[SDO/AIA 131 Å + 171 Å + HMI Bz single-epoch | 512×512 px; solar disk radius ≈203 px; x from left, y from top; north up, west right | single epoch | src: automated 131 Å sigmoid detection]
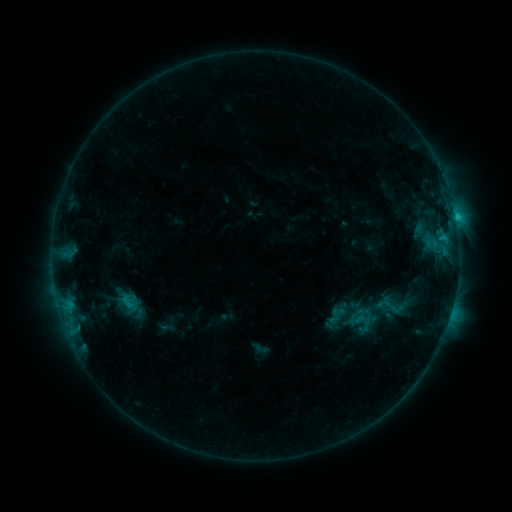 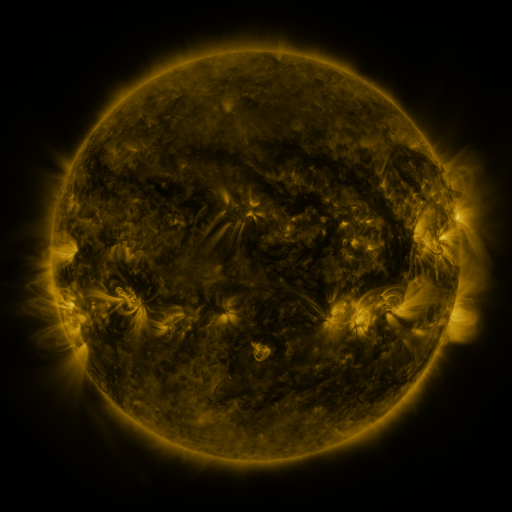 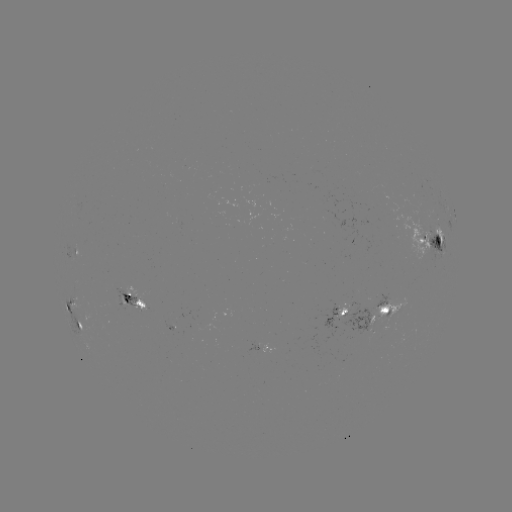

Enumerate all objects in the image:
sigmoid: (373, 286, 412, 324)
sigmoid: (329, 300, 359, 331)
